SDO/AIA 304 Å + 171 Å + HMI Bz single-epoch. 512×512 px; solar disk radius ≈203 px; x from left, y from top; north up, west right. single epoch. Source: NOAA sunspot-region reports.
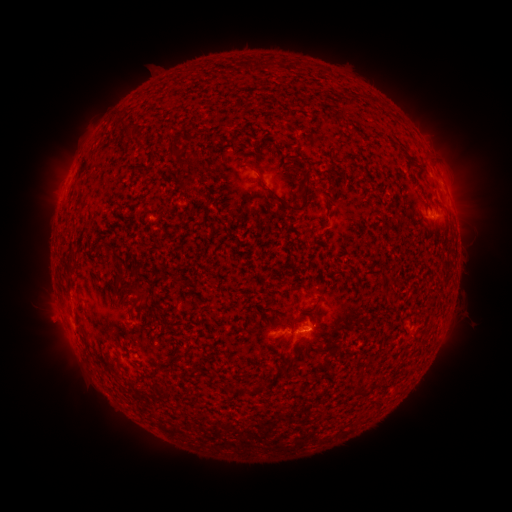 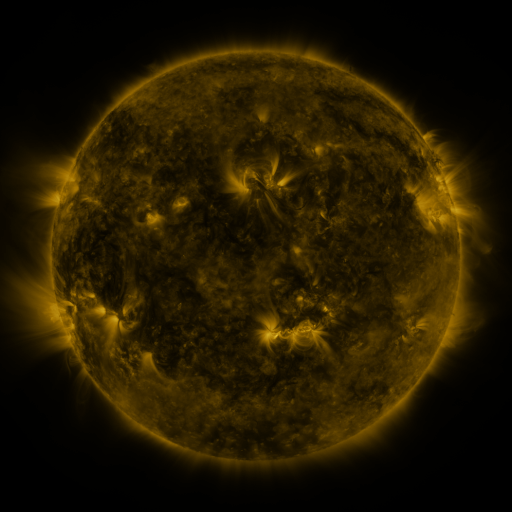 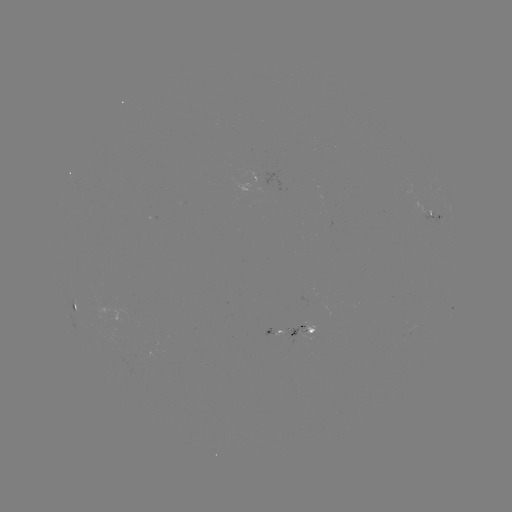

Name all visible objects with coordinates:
spotted active region: (449, 193)
spotted active region: (437, 223)
spotted active region: (75, 301)
spotted active region: (288, 330)
